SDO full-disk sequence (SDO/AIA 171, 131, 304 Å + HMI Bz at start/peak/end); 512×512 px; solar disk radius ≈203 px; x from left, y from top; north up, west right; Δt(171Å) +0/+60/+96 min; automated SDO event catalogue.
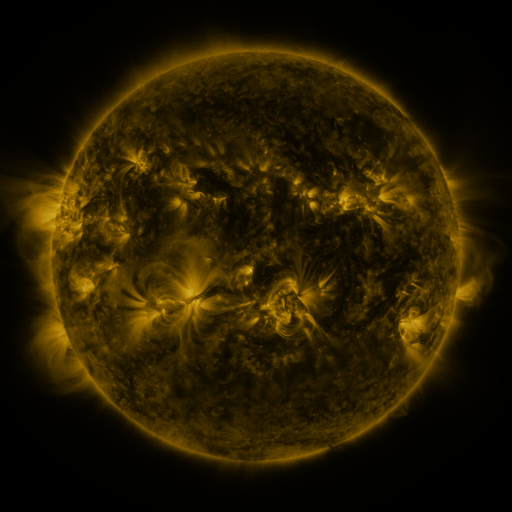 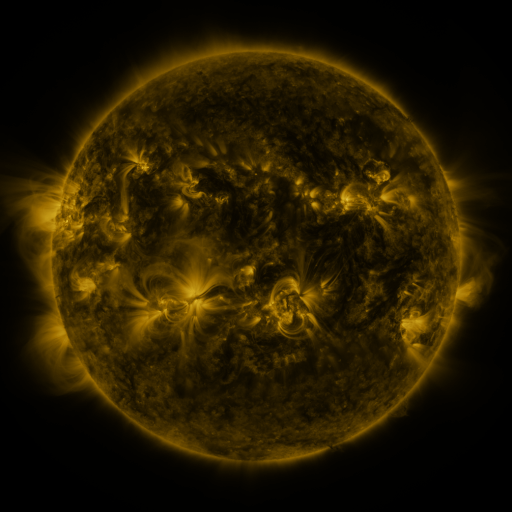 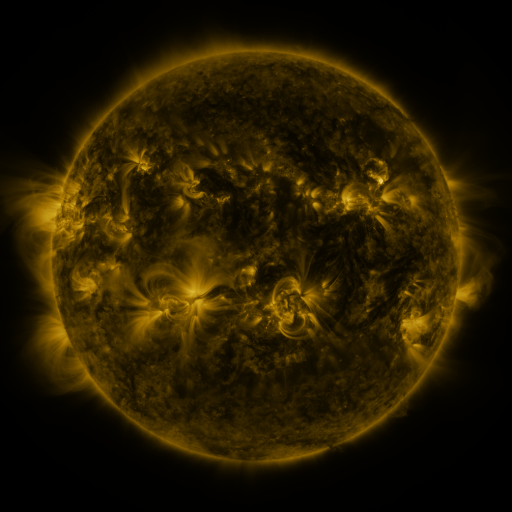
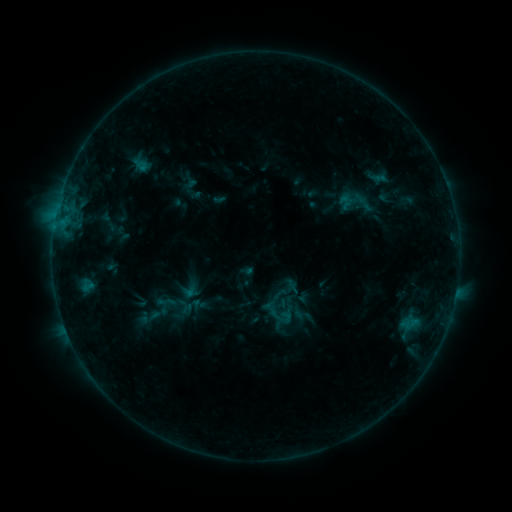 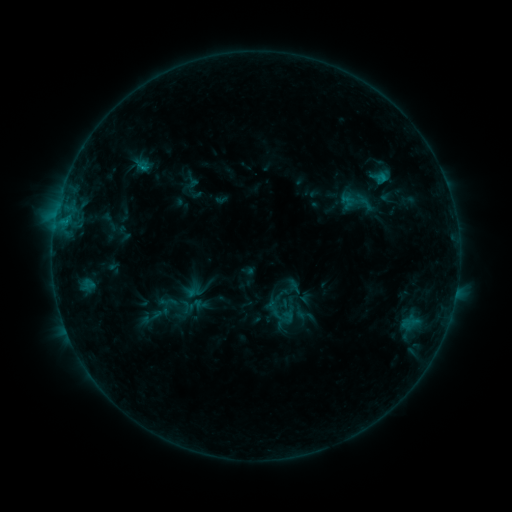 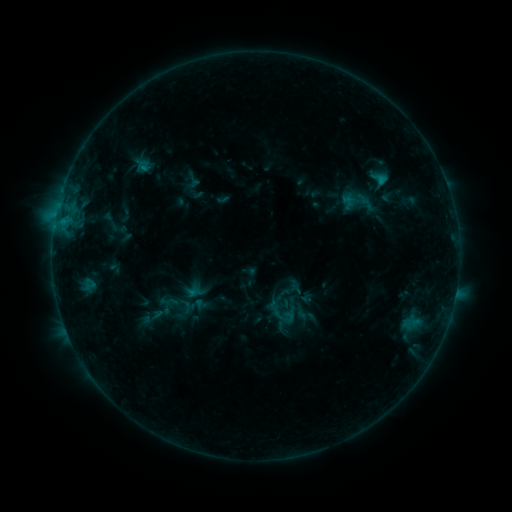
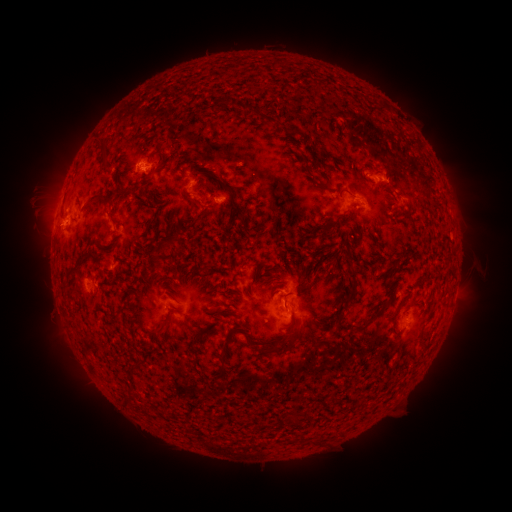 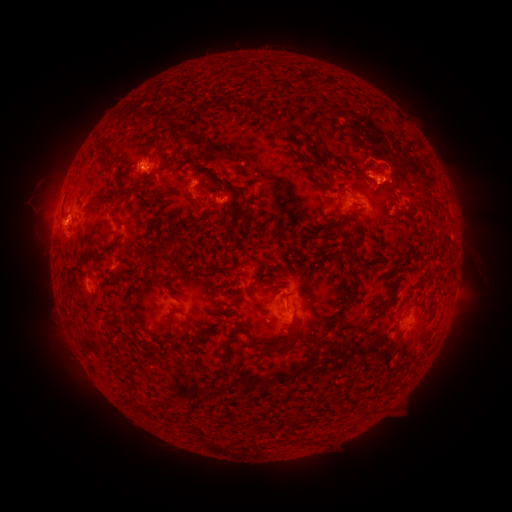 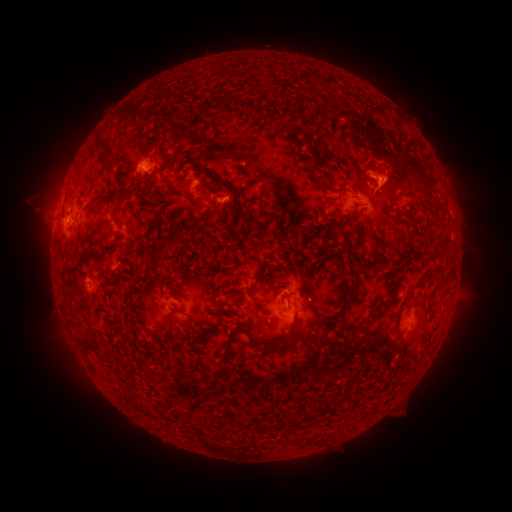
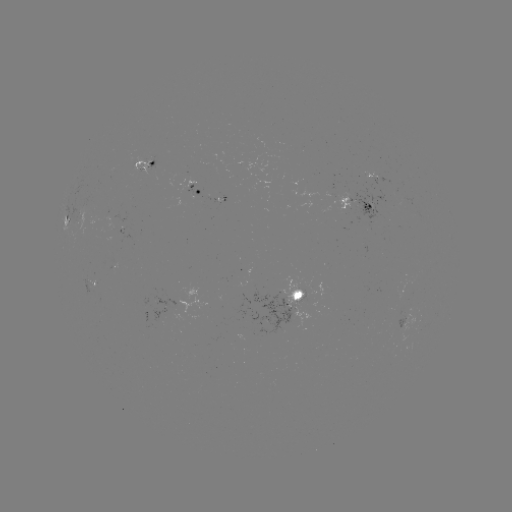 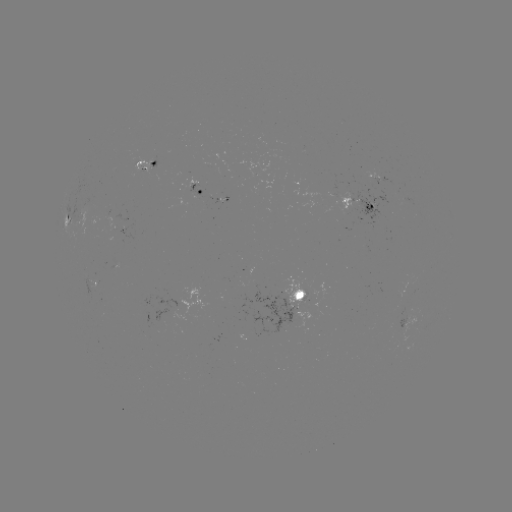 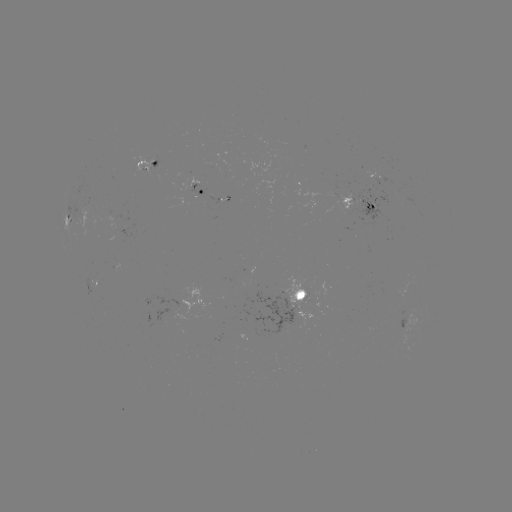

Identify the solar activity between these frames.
emerging-flux region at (406, 318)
